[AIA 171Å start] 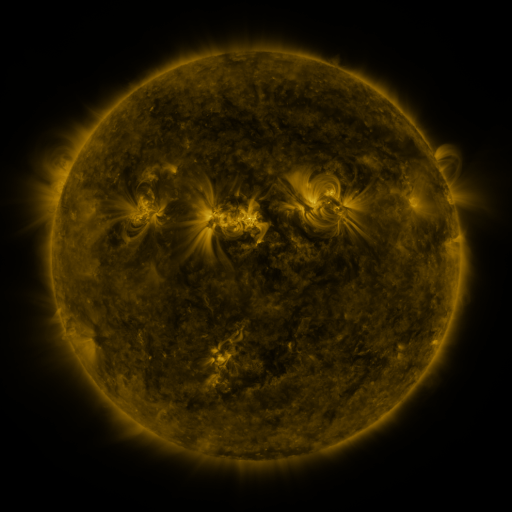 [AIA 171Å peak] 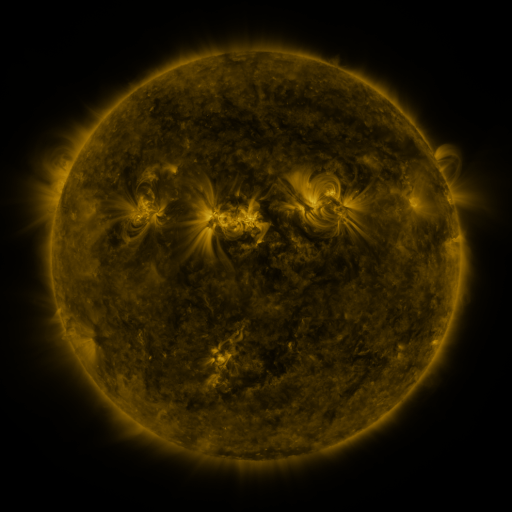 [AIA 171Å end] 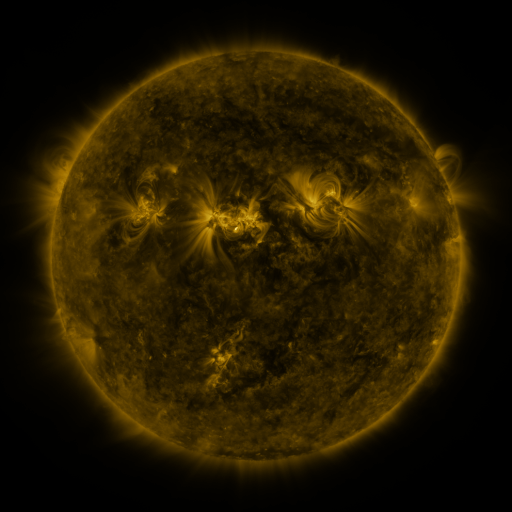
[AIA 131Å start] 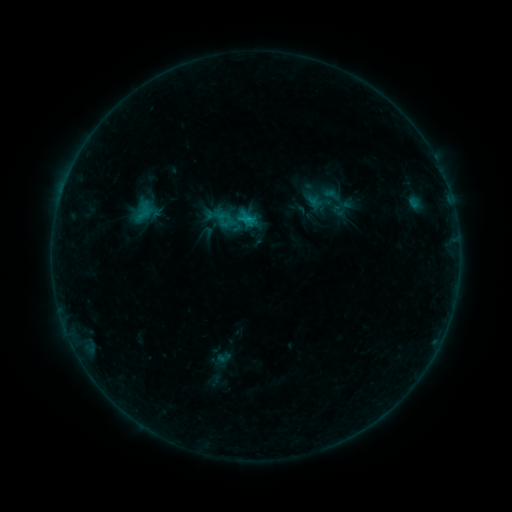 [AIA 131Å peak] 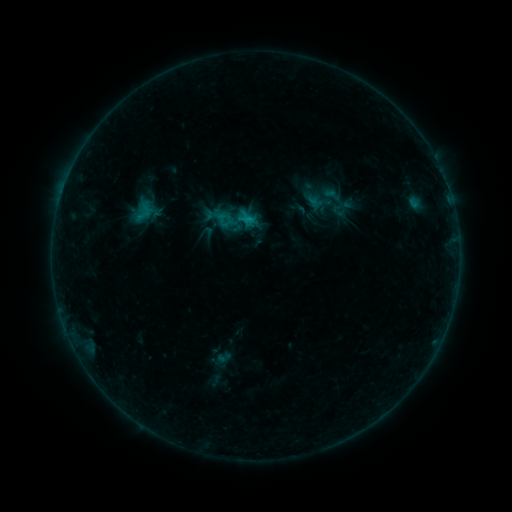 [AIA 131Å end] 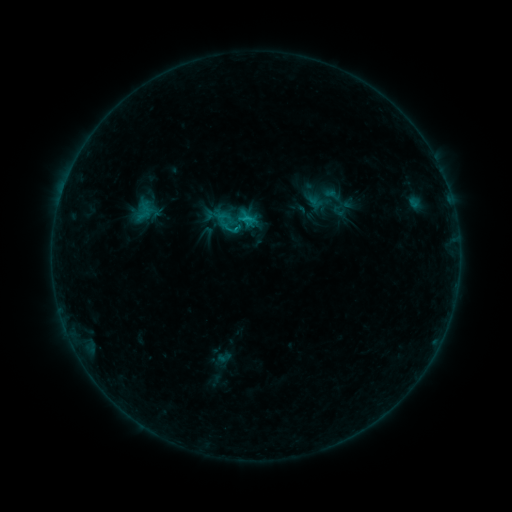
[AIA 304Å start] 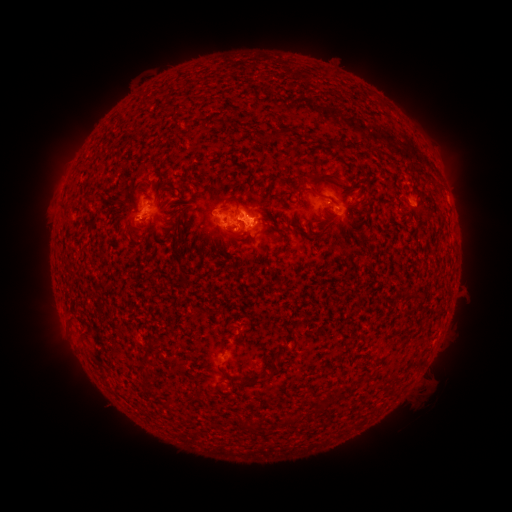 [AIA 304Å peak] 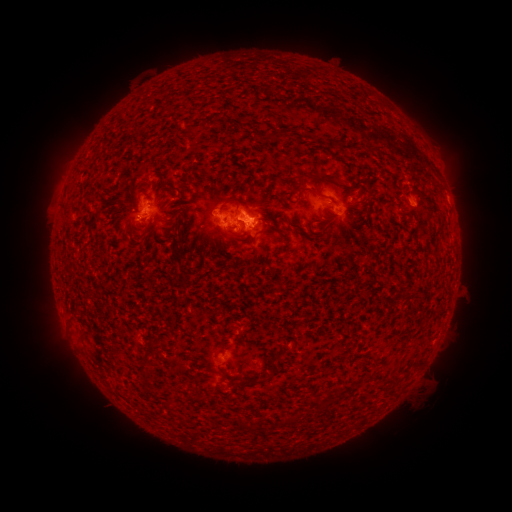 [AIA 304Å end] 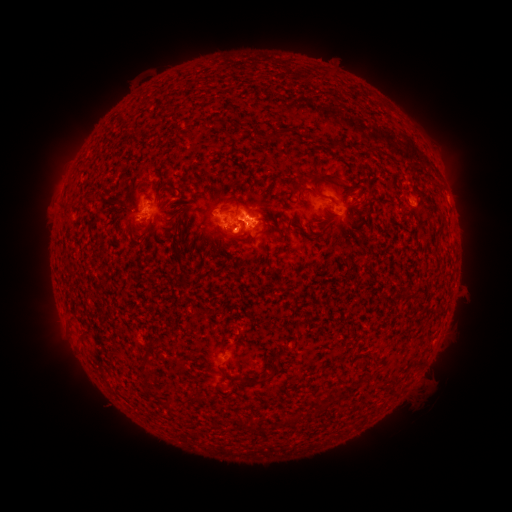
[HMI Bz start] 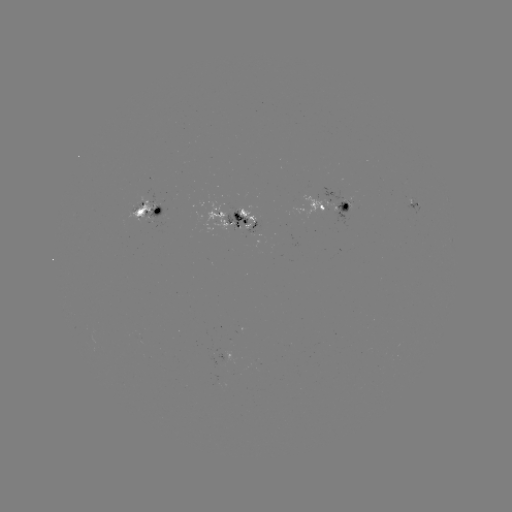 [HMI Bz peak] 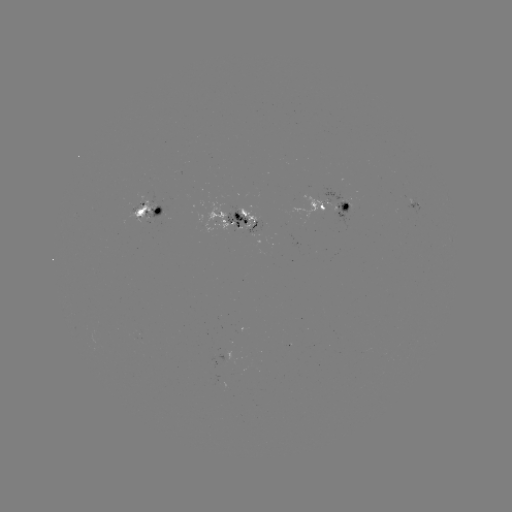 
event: flare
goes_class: B9.0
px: (235, 230)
